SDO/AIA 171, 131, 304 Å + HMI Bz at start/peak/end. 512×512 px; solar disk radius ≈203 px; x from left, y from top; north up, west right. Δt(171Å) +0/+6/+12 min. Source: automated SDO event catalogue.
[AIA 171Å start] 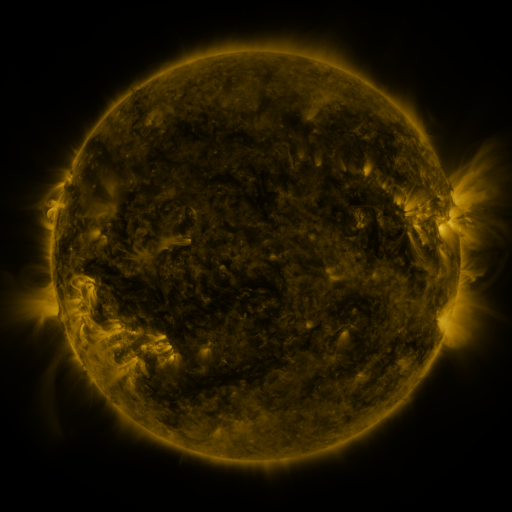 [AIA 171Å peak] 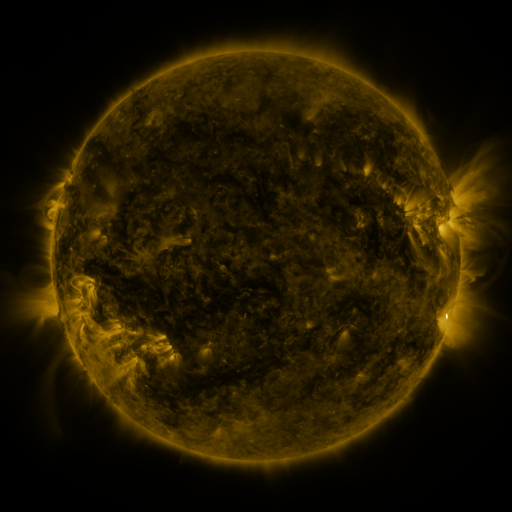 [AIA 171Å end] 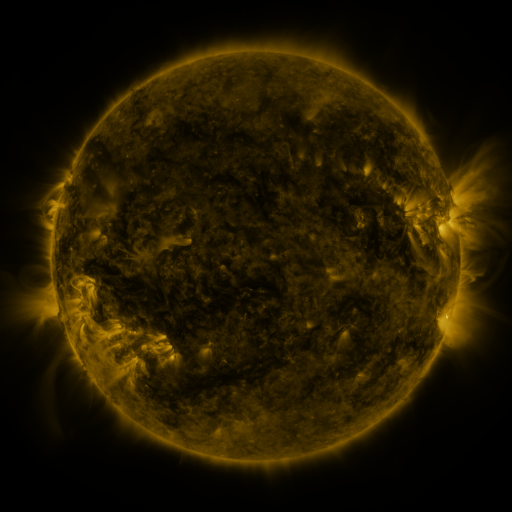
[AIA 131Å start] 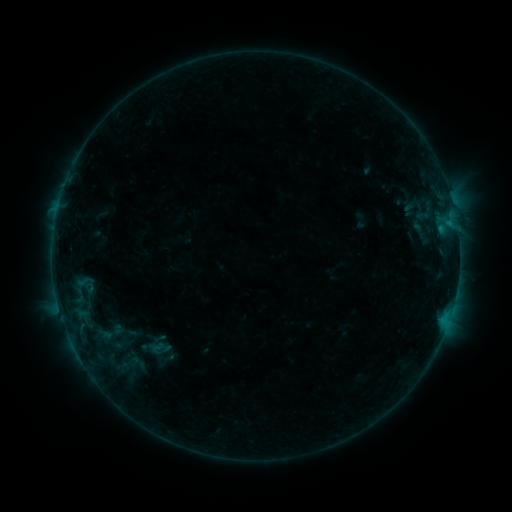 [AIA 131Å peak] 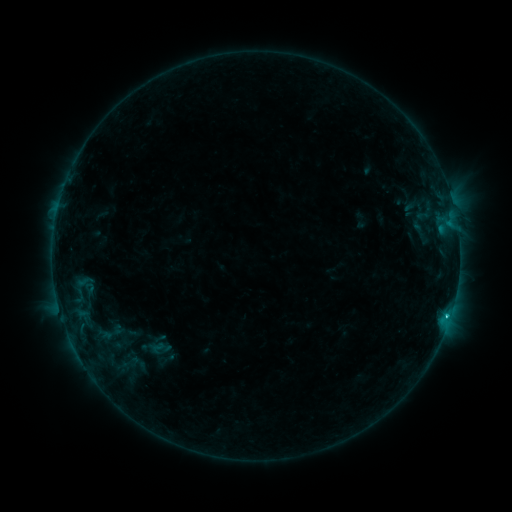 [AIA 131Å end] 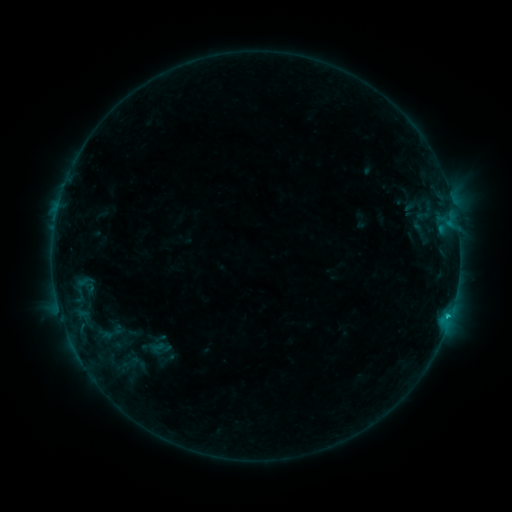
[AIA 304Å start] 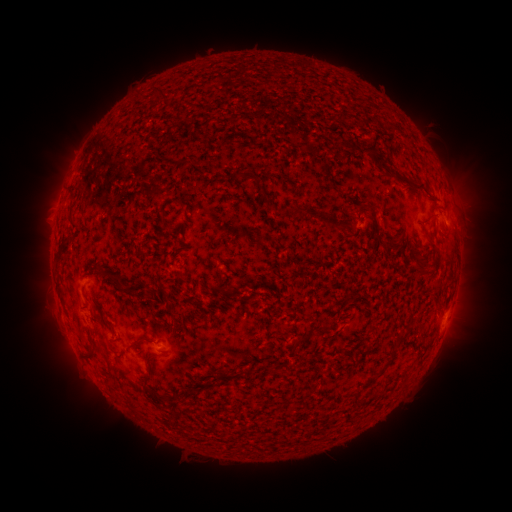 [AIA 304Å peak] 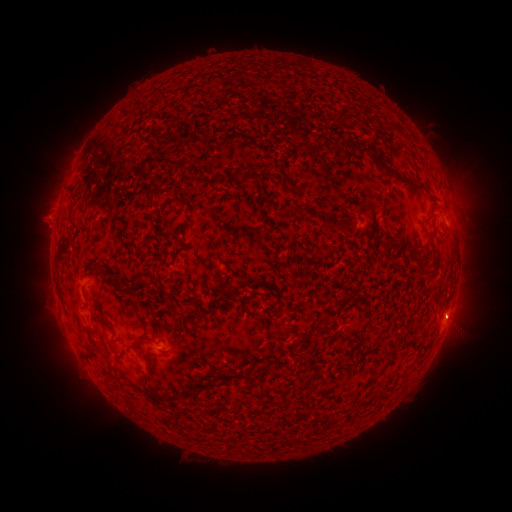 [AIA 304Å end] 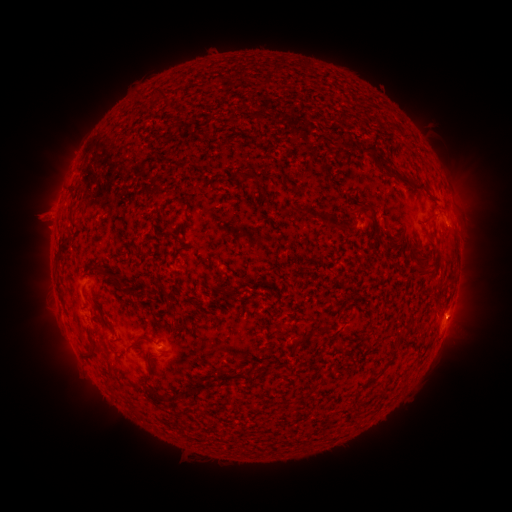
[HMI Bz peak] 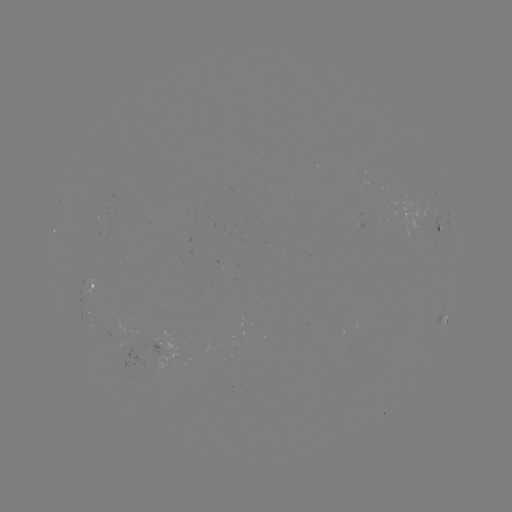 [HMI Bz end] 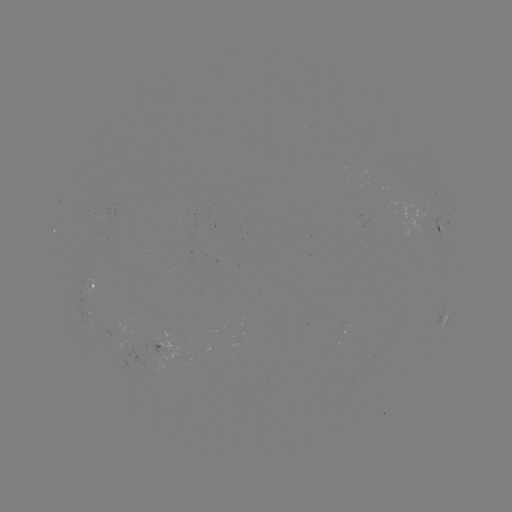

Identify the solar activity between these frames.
B8.4 flare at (446, 314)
